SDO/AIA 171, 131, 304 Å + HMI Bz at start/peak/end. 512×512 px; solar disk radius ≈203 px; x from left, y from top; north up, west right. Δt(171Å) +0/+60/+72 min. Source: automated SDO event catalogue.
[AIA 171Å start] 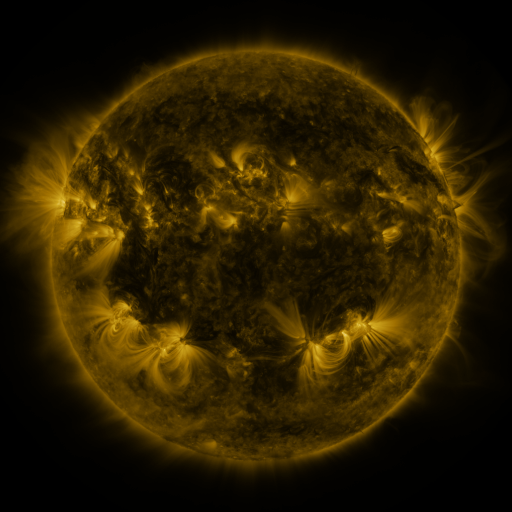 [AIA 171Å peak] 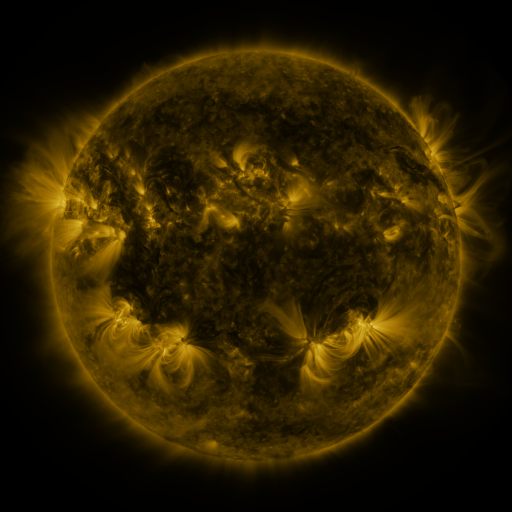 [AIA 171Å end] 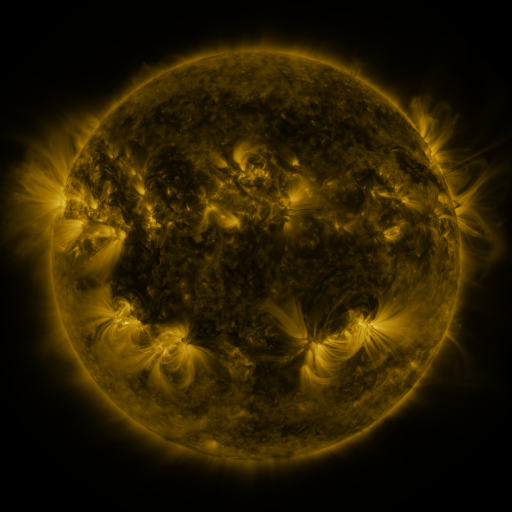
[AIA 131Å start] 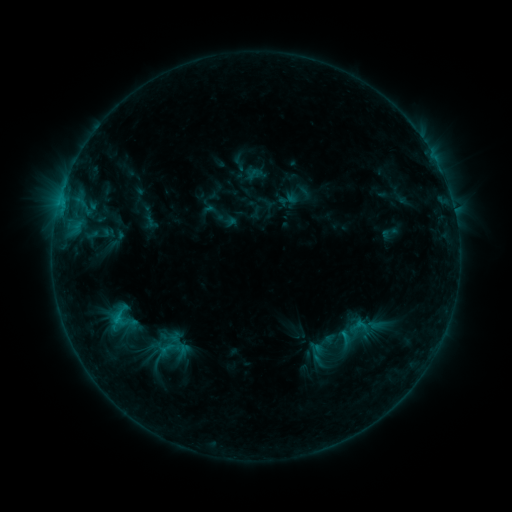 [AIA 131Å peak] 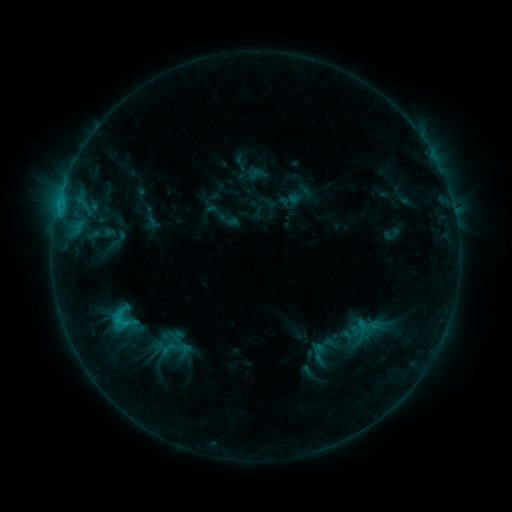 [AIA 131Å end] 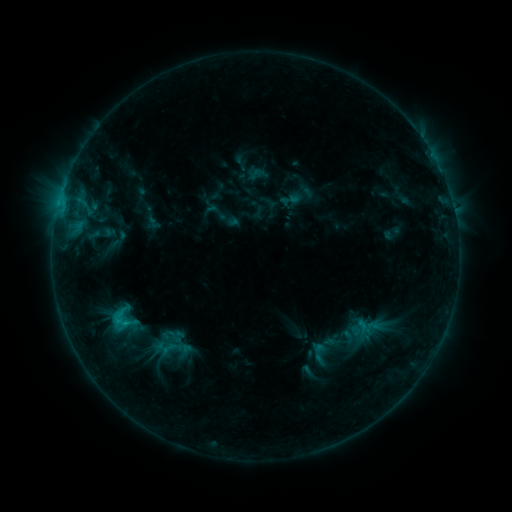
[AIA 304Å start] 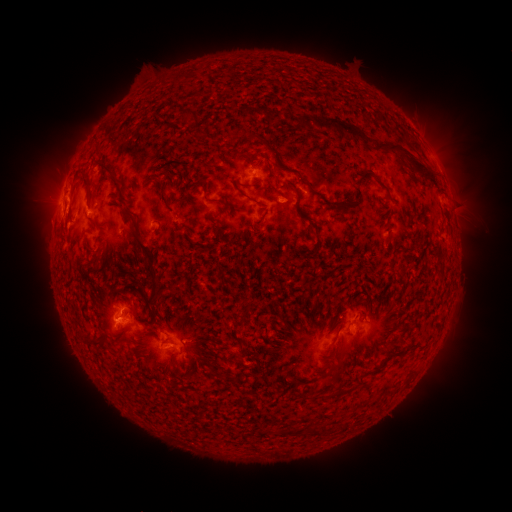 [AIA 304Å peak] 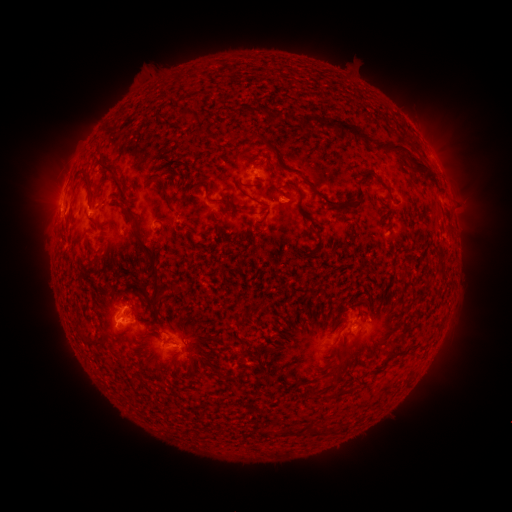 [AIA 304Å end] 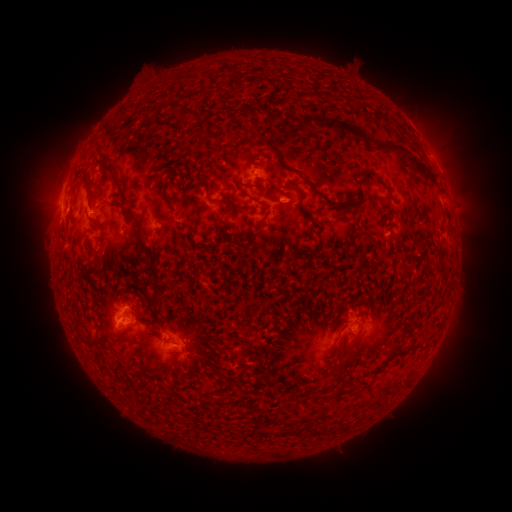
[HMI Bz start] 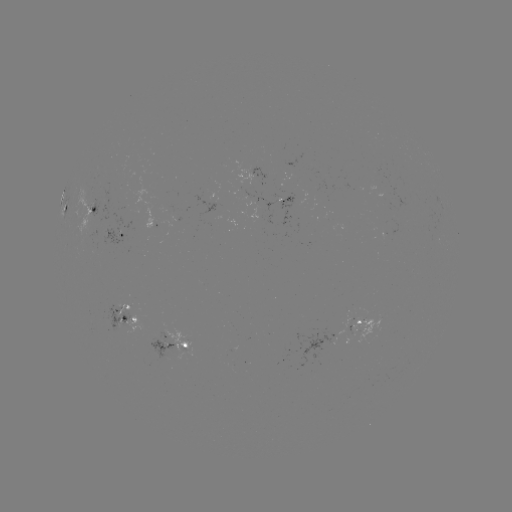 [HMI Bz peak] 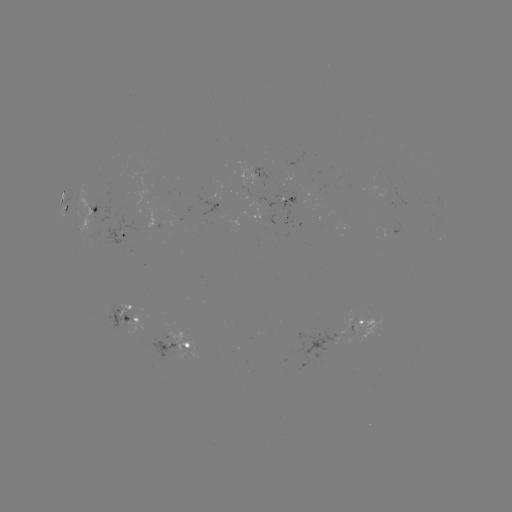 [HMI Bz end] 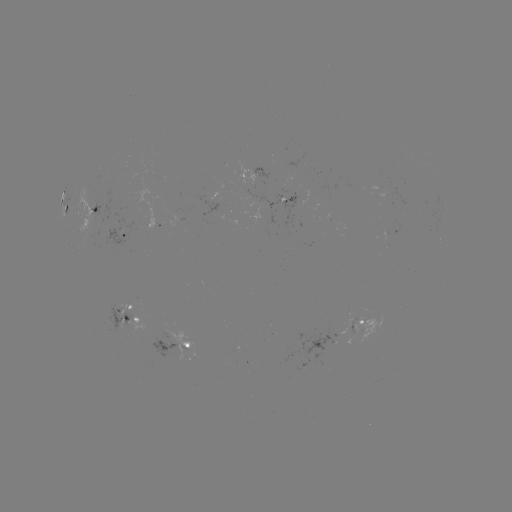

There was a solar emerging-flux region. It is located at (294, 195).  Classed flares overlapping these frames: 1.